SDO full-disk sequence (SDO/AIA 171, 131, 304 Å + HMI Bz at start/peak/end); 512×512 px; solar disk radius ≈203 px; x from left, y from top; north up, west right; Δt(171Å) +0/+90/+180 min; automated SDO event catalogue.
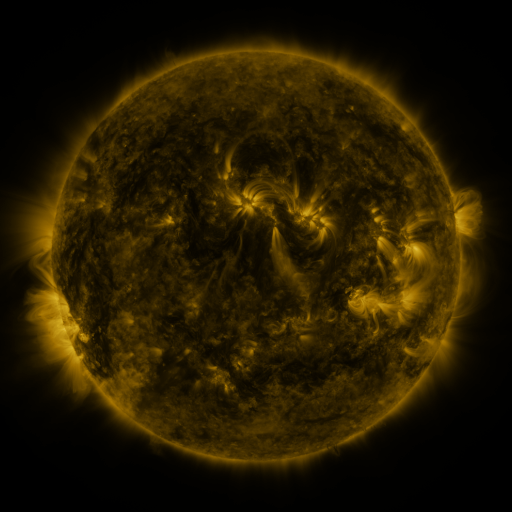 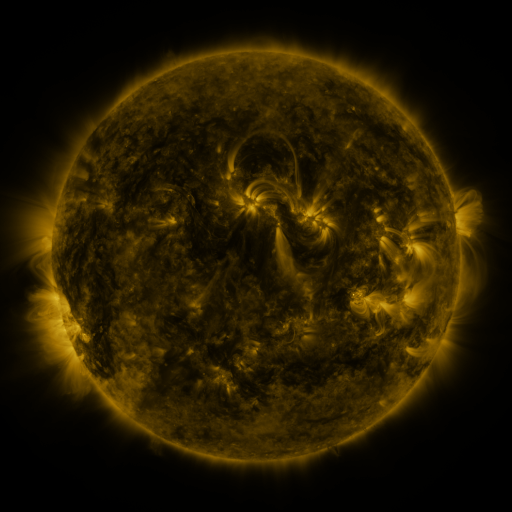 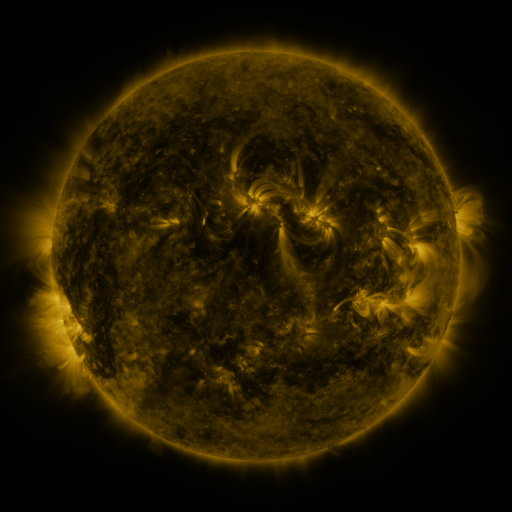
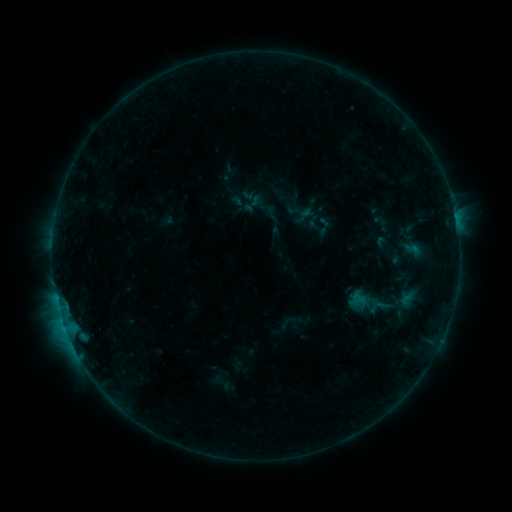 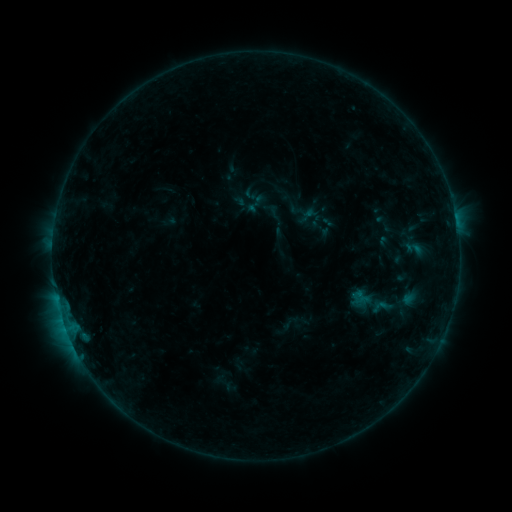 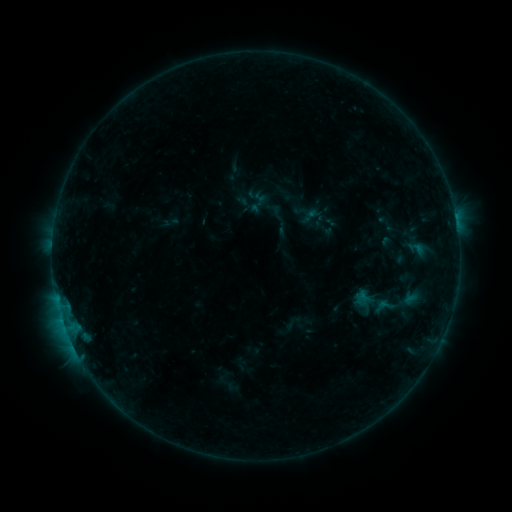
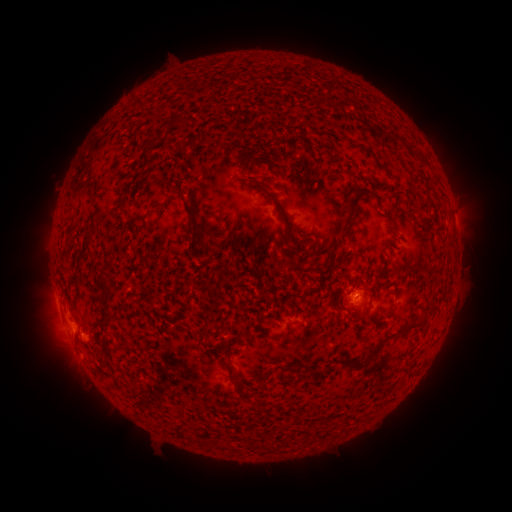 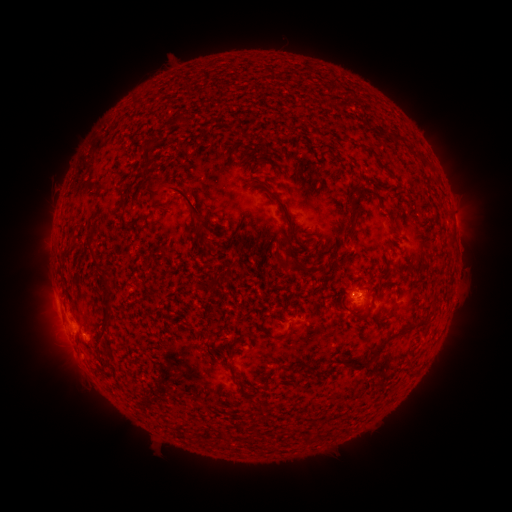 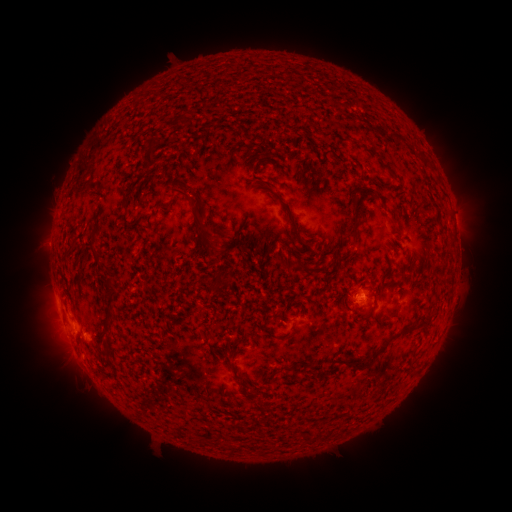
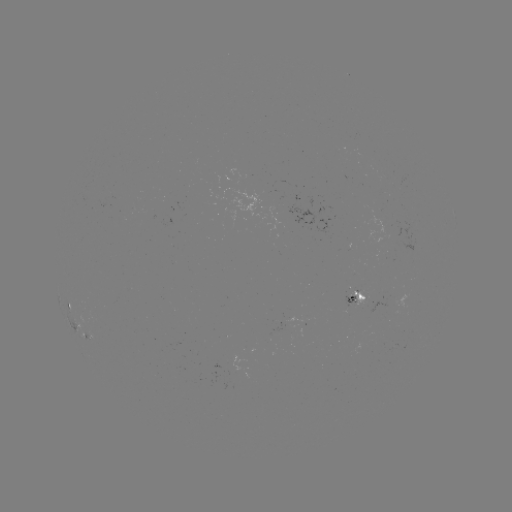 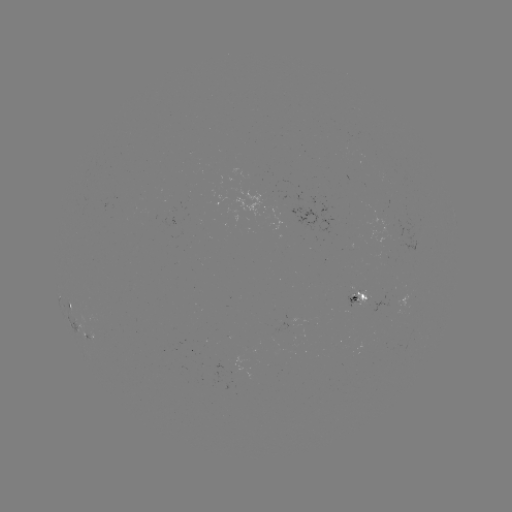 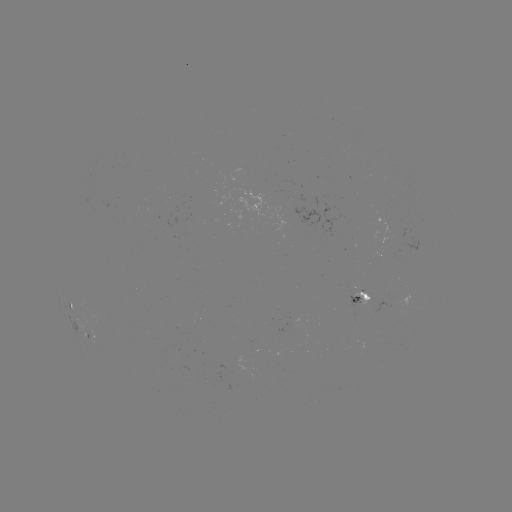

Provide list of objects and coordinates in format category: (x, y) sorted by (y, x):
filament eruption: (178, 203)
